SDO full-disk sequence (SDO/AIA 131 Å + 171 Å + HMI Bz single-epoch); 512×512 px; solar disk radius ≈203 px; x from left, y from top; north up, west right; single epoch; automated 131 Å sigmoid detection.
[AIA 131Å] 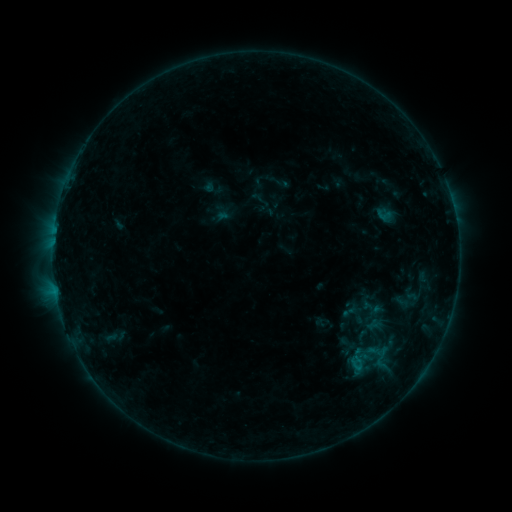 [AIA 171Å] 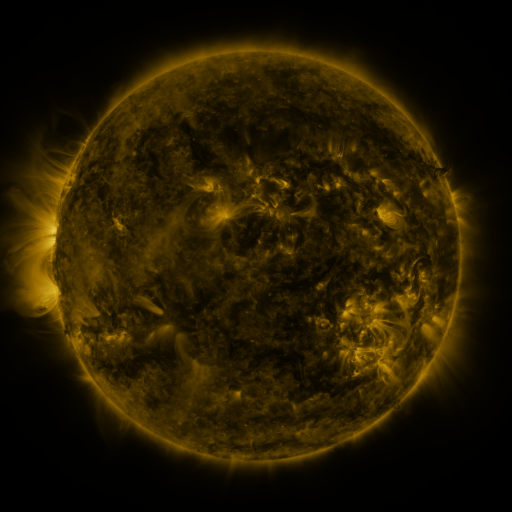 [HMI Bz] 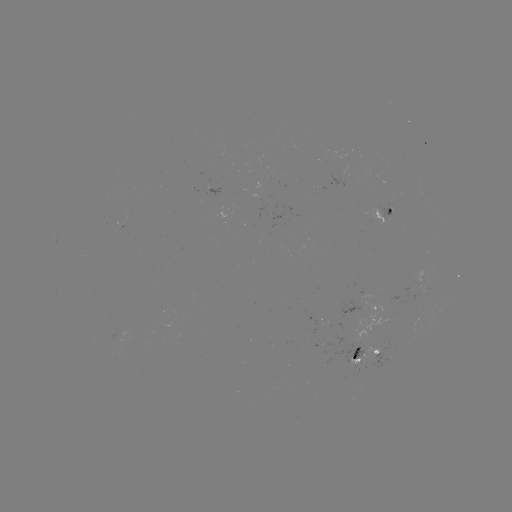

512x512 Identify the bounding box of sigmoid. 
[373, 206, 394, 223].